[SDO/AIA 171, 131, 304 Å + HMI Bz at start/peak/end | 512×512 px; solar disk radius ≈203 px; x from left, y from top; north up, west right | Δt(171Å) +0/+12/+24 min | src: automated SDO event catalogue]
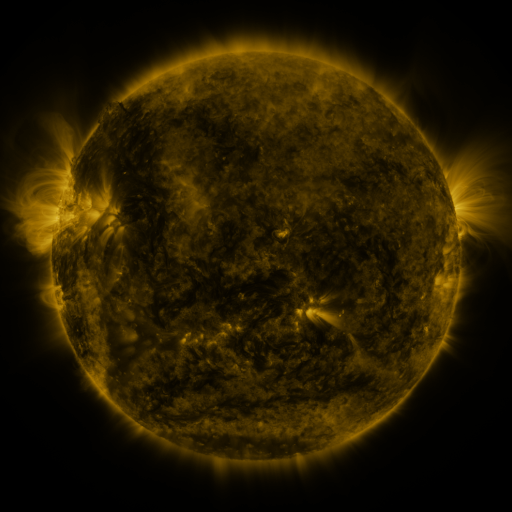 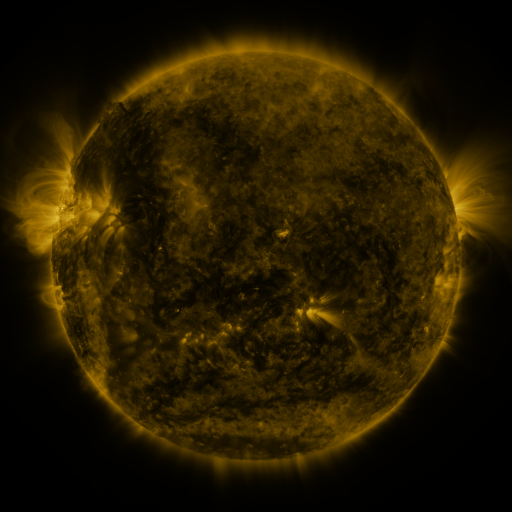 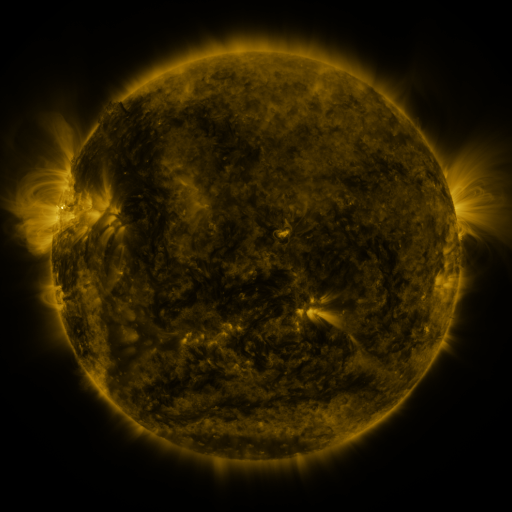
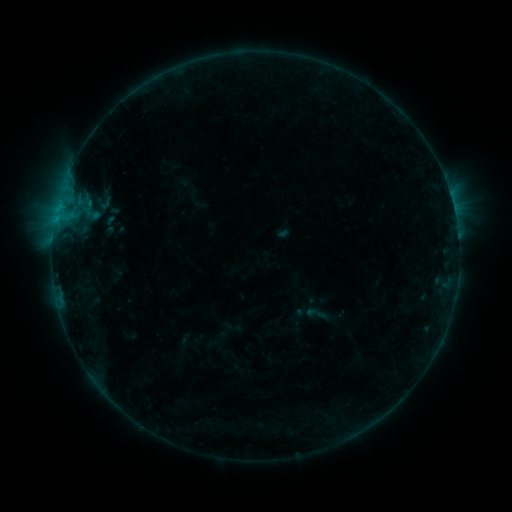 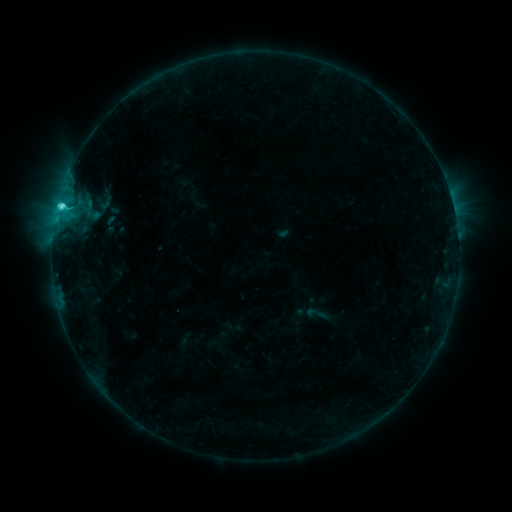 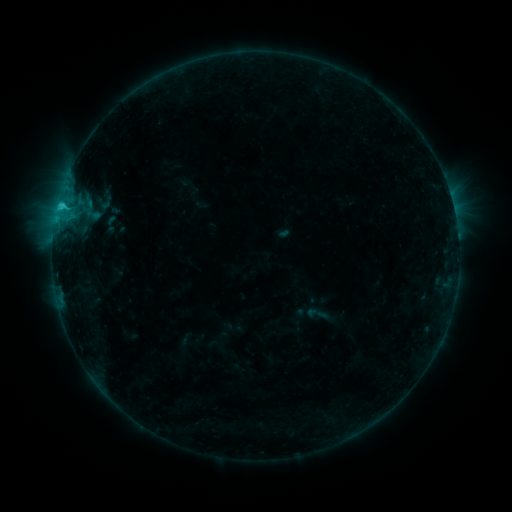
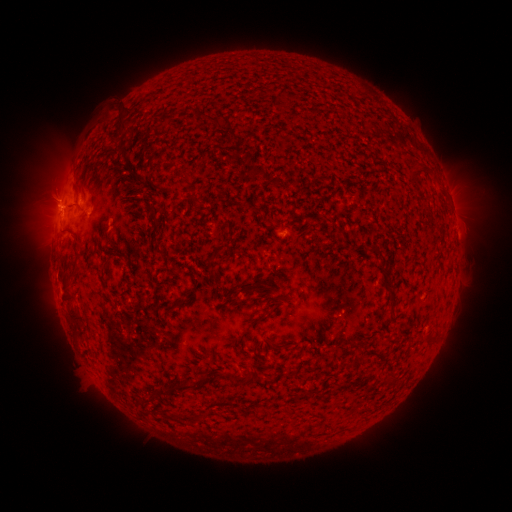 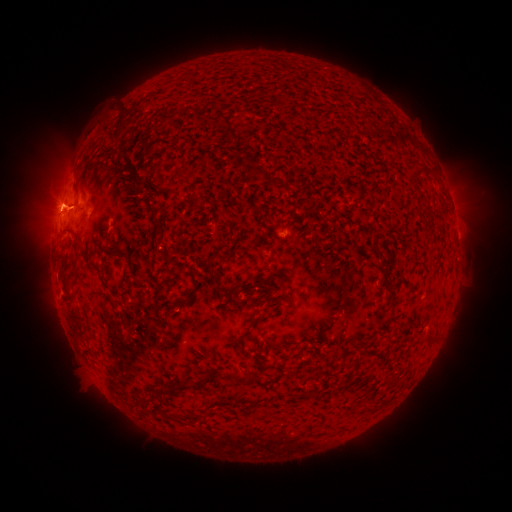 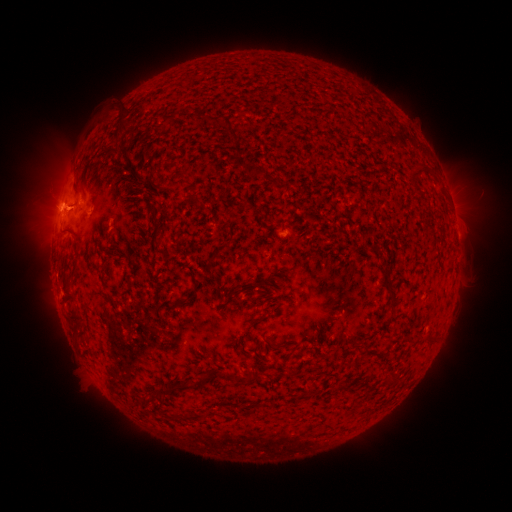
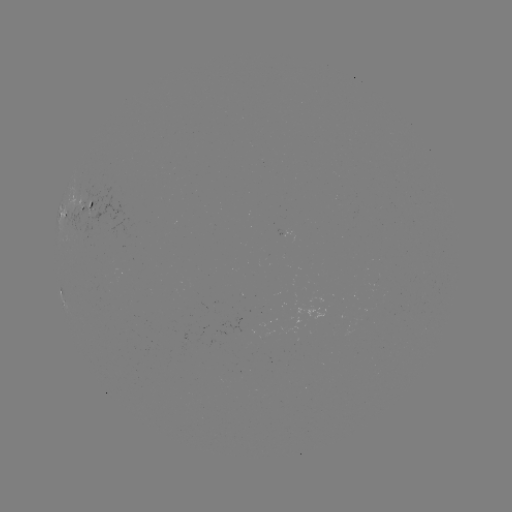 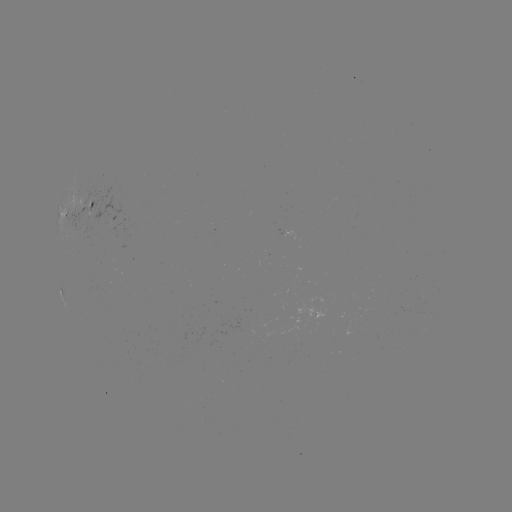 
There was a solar flare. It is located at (62, 208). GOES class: C2.3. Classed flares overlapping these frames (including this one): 1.